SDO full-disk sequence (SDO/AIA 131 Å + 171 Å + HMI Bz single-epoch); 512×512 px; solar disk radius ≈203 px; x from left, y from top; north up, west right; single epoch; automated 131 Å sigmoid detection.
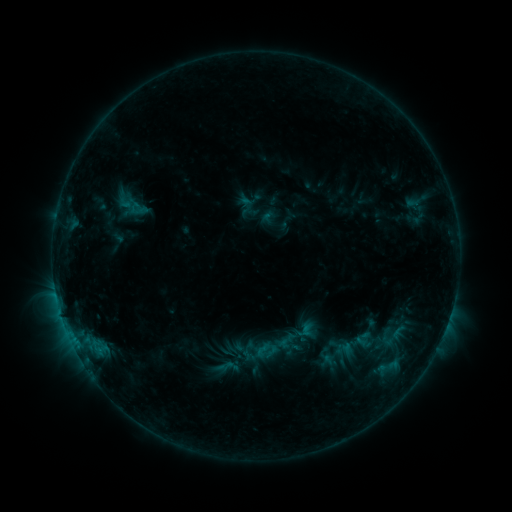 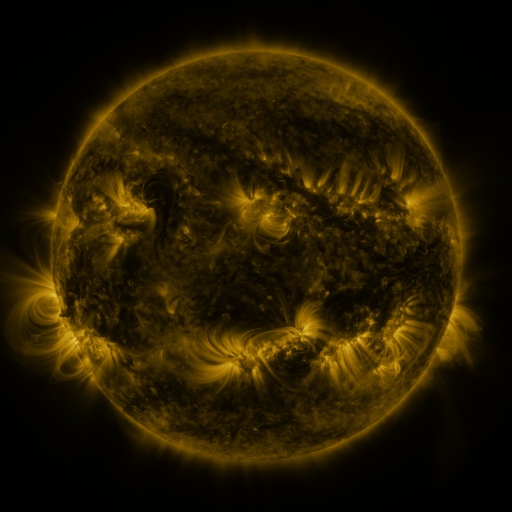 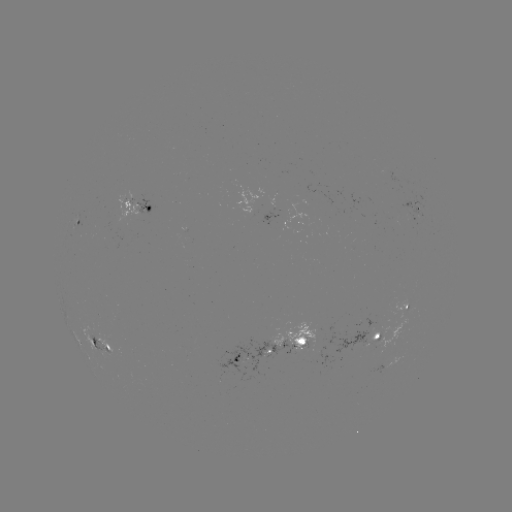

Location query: sigmoid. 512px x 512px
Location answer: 371,338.